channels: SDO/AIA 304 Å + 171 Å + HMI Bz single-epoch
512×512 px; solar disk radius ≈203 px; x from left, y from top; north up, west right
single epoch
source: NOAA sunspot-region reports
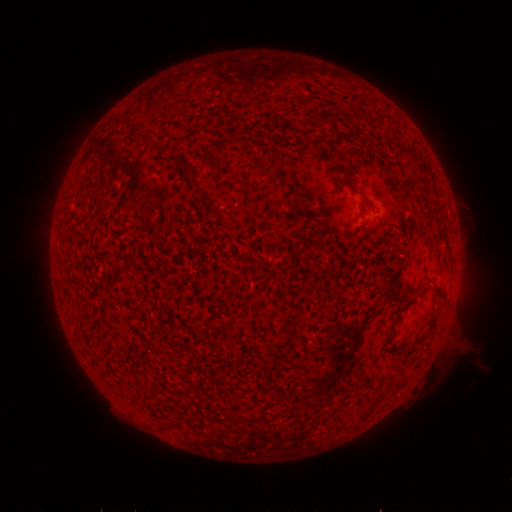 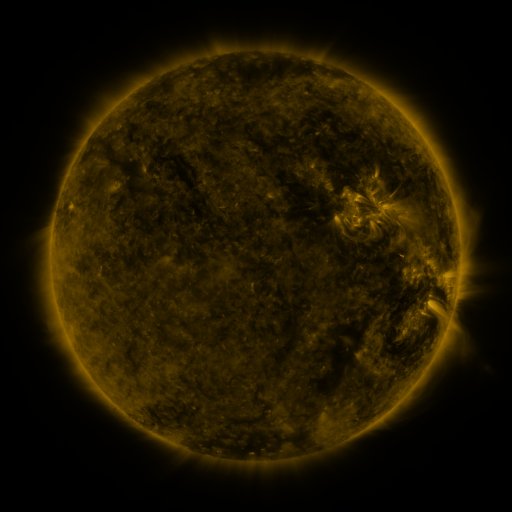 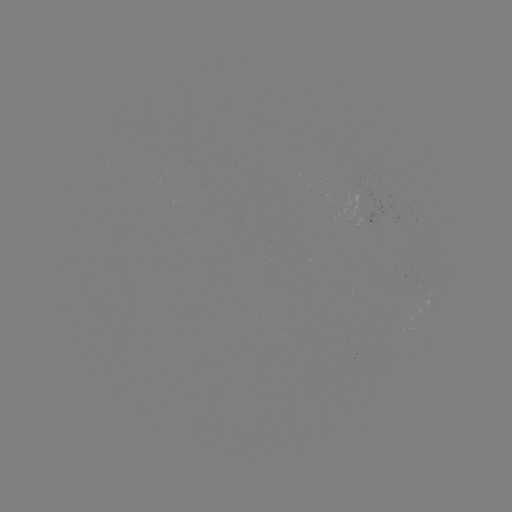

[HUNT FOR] spotted active region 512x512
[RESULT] [381, 222]